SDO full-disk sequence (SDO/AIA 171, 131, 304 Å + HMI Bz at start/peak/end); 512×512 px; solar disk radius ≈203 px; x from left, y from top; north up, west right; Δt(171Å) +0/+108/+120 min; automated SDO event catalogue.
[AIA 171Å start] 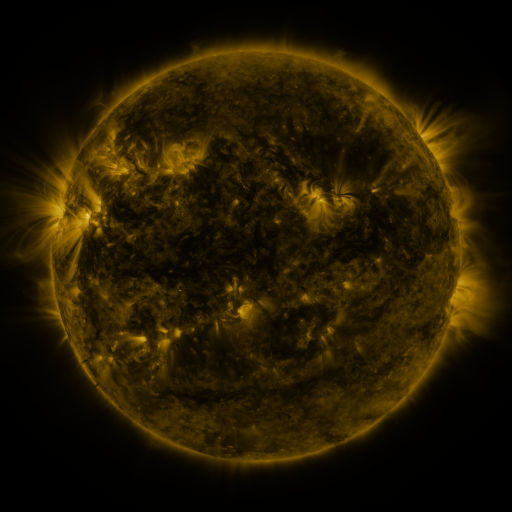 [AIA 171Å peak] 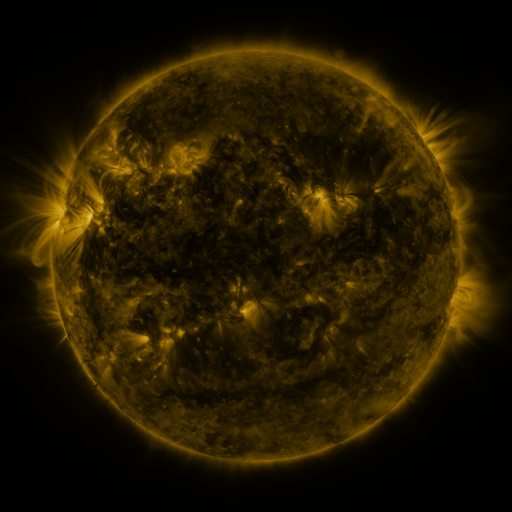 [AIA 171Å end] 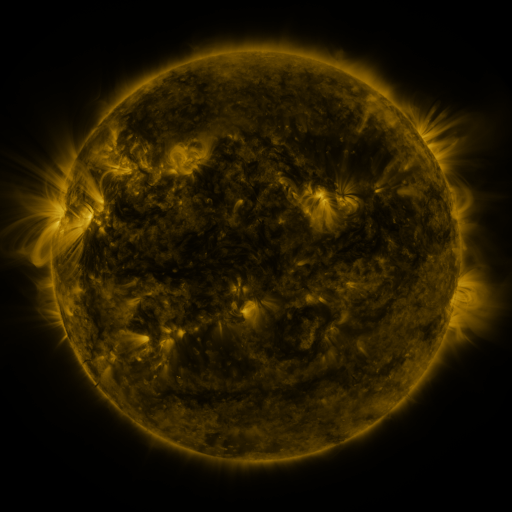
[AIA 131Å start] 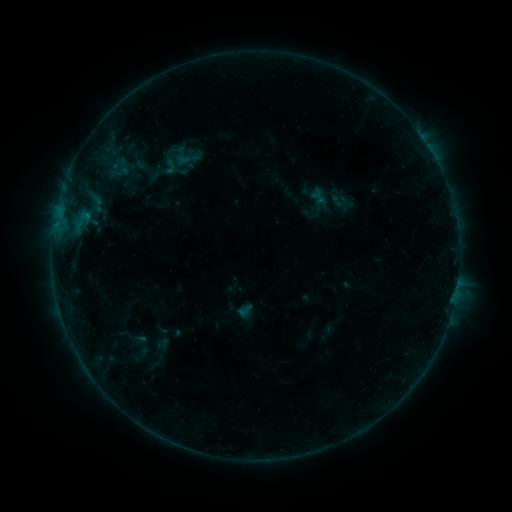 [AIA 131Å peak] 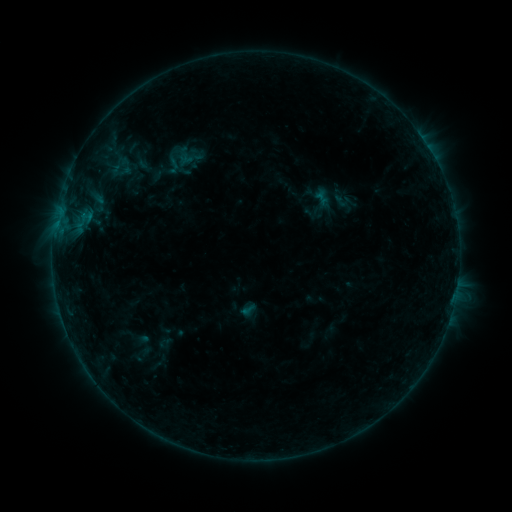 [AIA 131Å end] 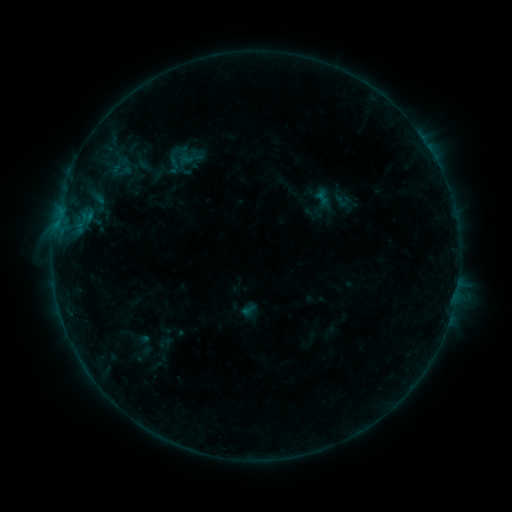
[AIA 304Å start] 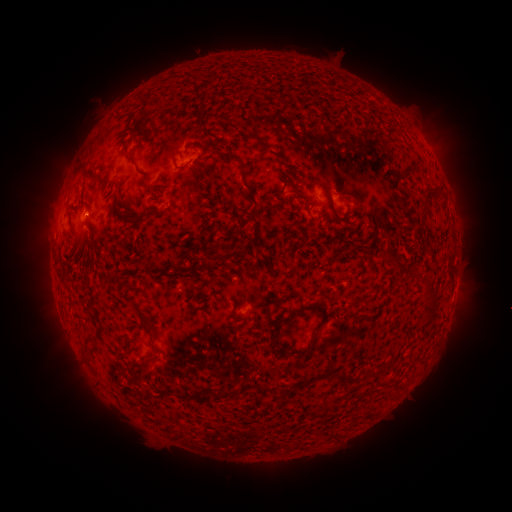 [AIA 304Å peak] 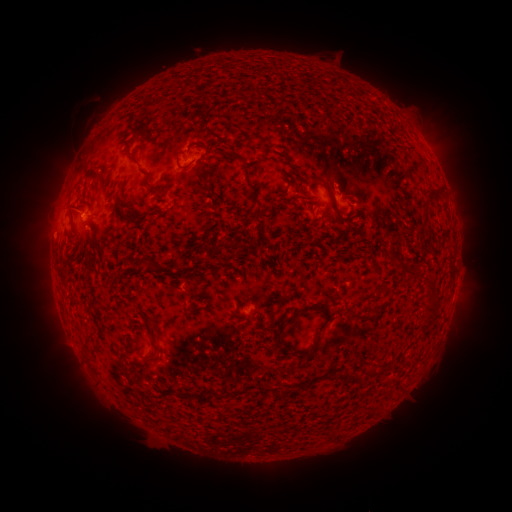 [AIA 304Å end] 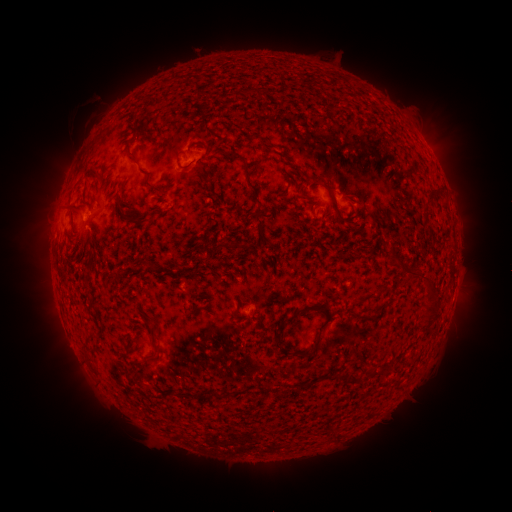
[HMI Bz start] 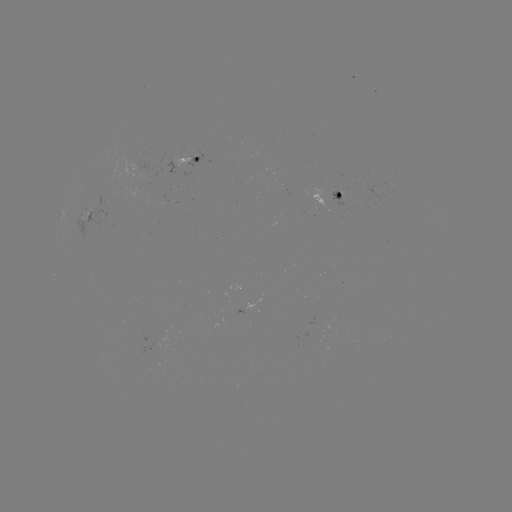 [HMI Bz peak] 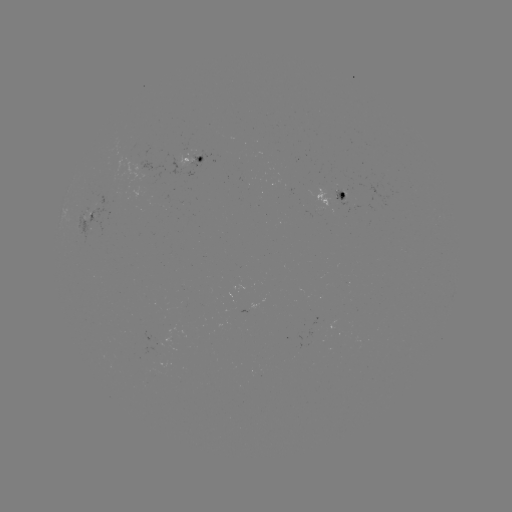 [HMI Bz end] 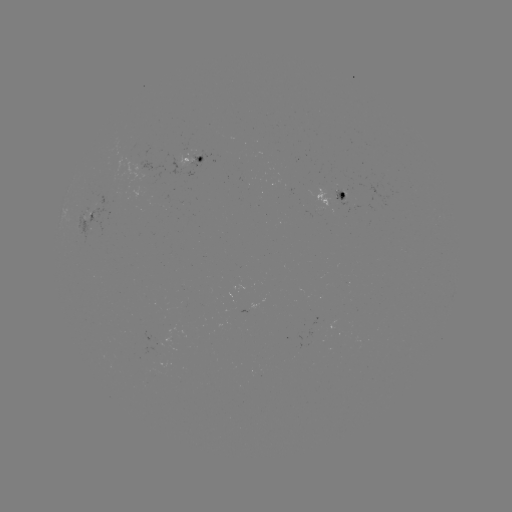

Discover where emerging-flux region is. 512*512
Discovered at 338,197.